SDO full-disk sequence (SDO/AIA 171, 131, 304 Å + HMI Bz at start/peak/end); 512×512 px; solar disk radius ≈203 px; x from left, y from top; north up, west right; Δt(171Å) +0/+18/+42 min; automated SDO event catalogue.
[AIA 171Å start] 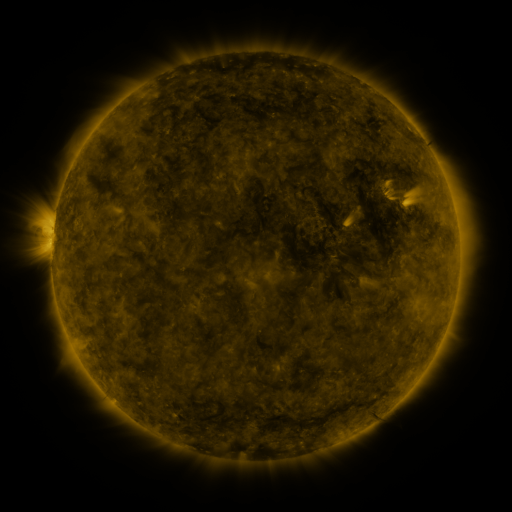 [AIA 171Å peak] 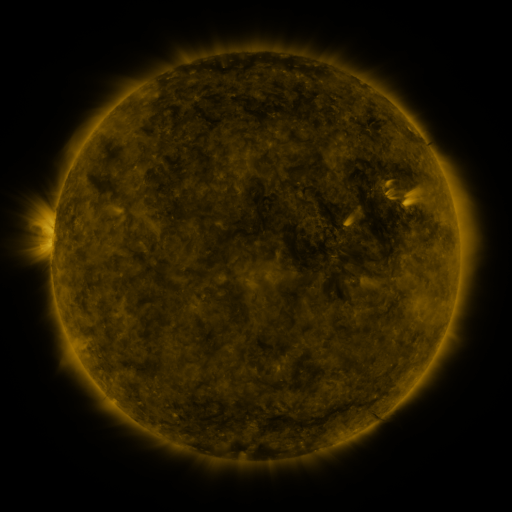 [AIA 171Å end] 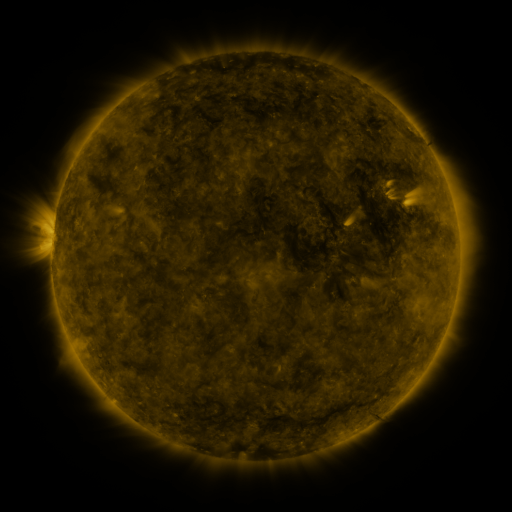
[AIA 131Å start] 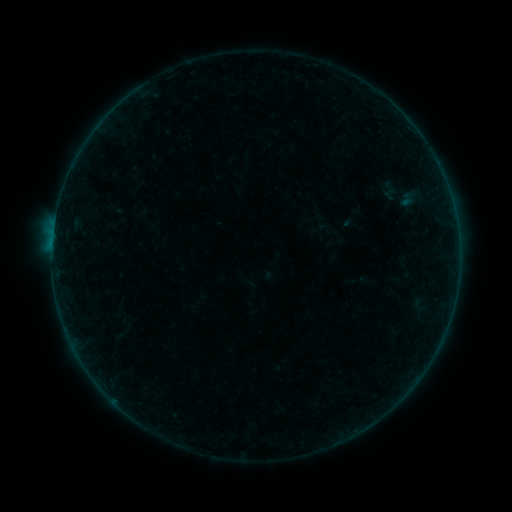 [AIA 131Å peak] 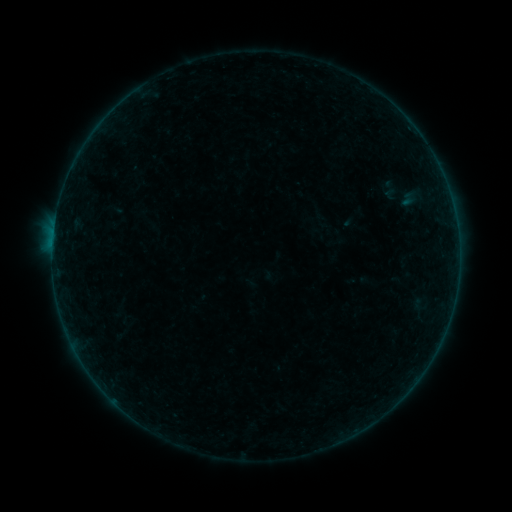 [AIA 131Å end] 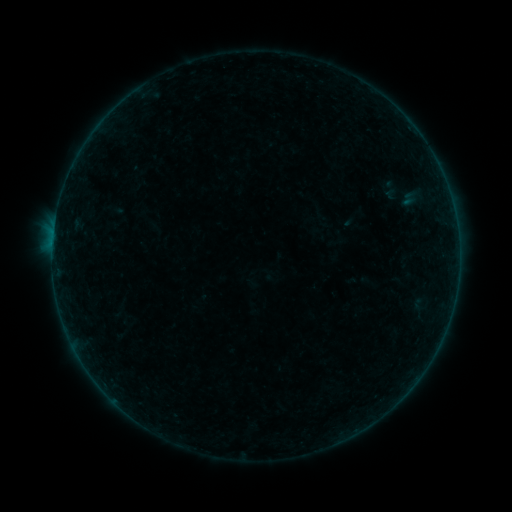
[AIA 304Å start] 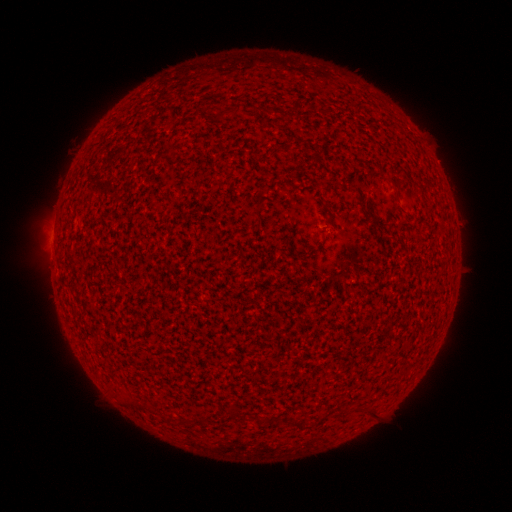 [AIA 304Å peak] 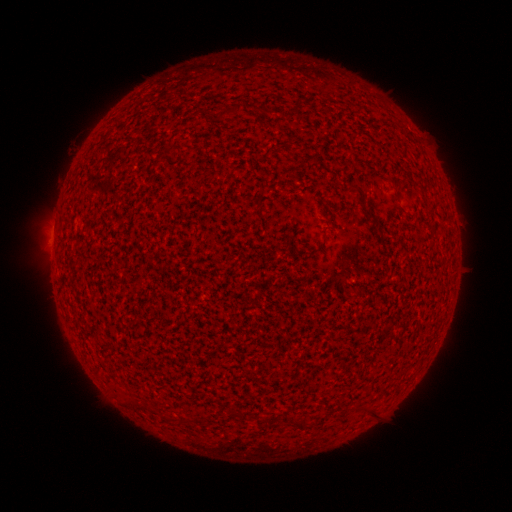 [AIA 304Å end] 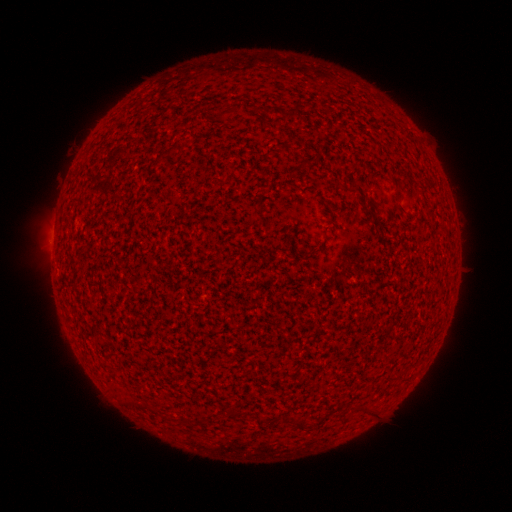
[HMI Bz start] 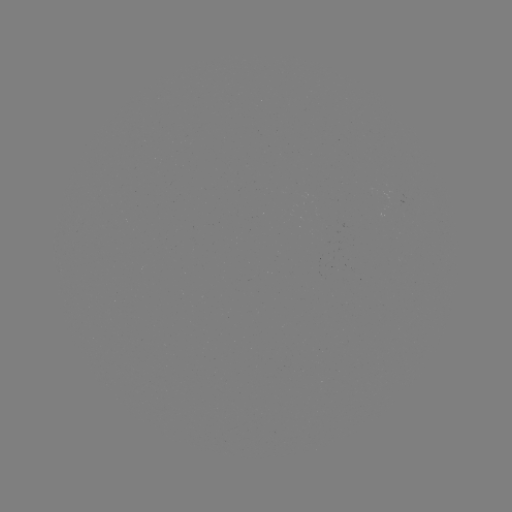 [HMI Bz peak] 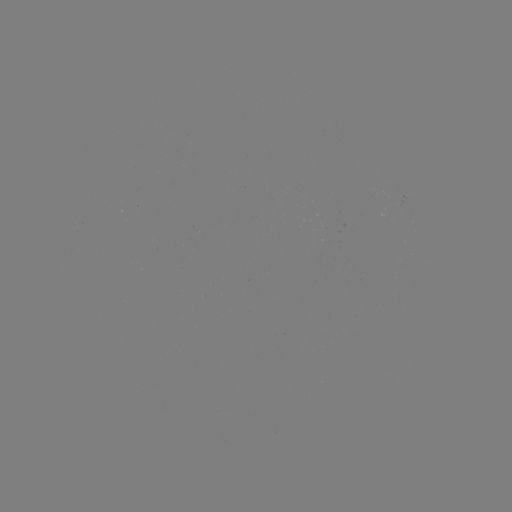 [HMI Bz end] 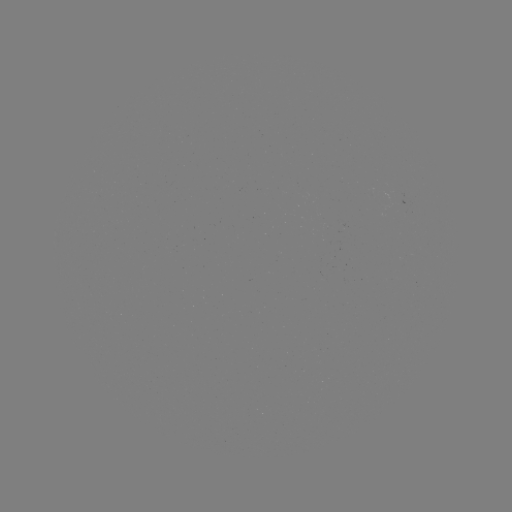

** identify A8.3 flare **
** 53,245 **